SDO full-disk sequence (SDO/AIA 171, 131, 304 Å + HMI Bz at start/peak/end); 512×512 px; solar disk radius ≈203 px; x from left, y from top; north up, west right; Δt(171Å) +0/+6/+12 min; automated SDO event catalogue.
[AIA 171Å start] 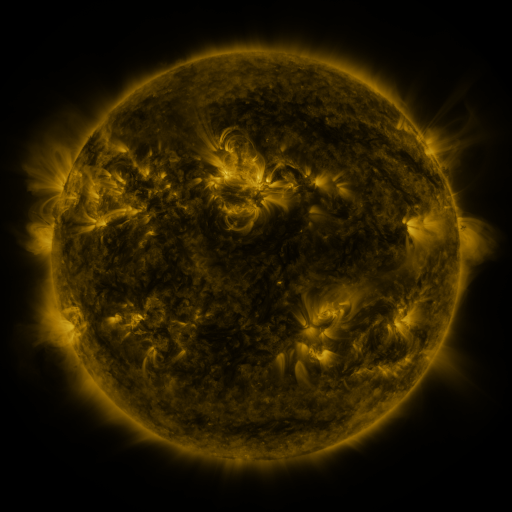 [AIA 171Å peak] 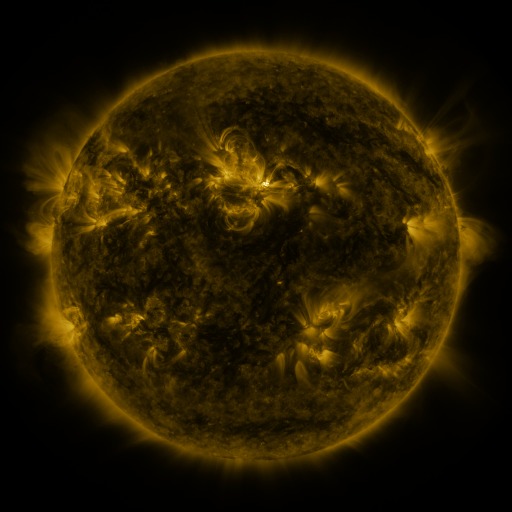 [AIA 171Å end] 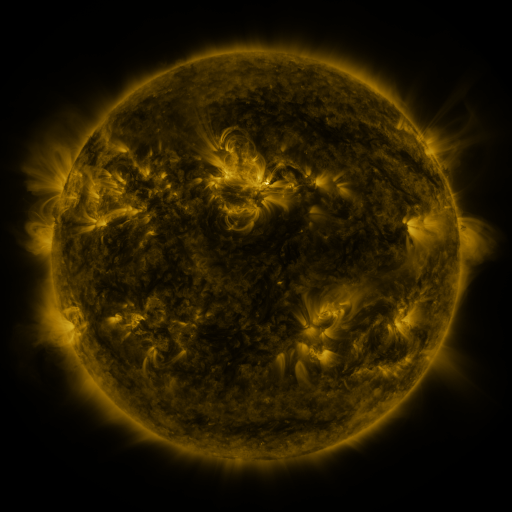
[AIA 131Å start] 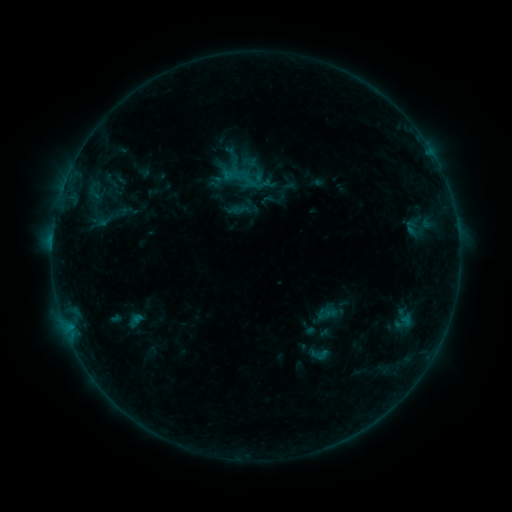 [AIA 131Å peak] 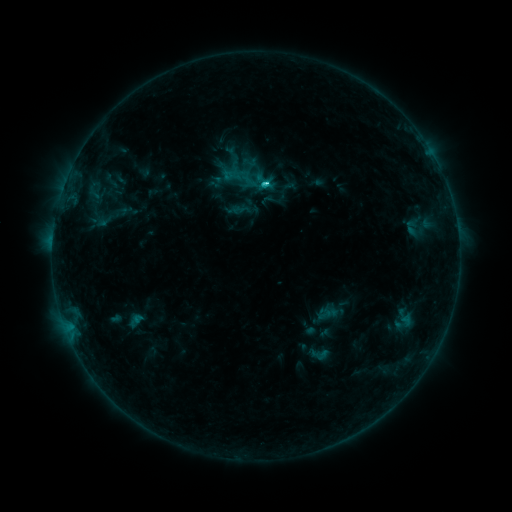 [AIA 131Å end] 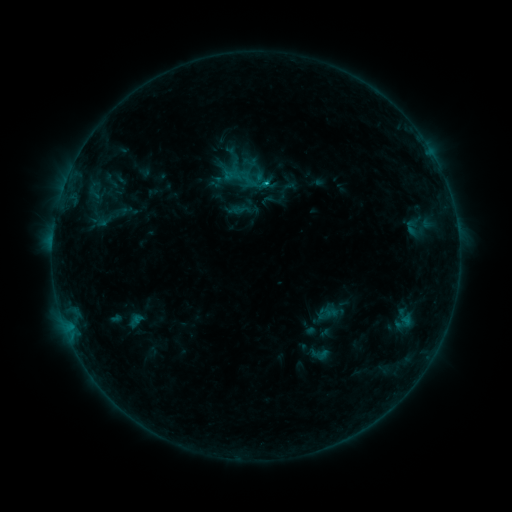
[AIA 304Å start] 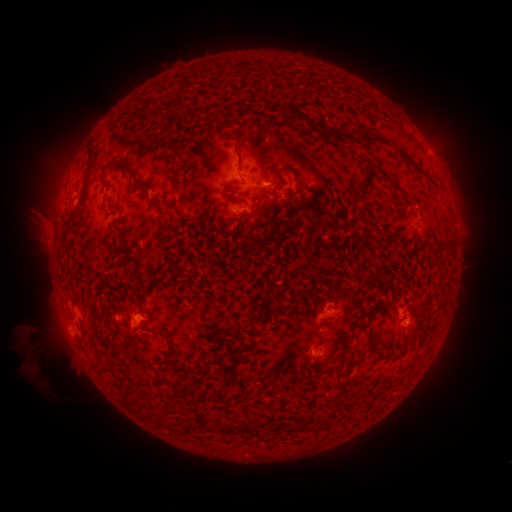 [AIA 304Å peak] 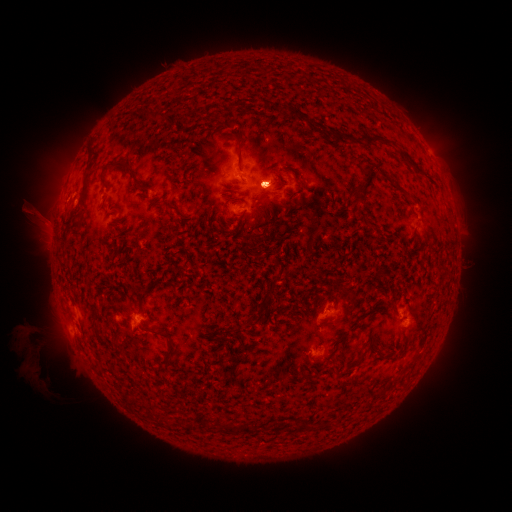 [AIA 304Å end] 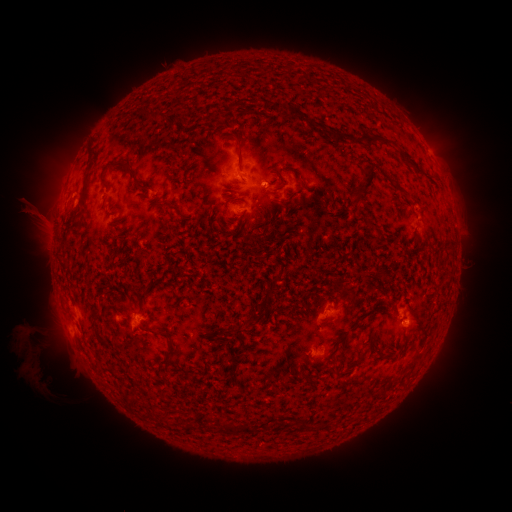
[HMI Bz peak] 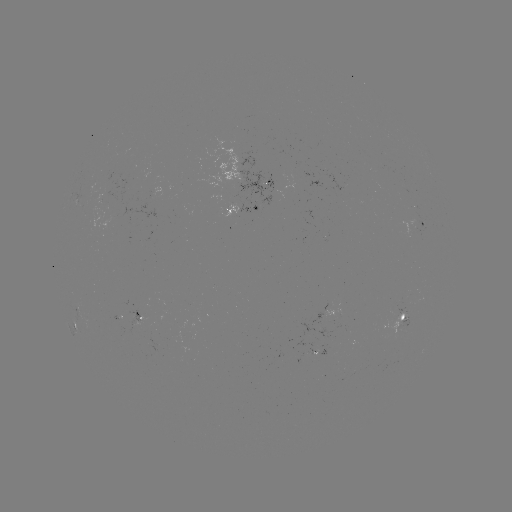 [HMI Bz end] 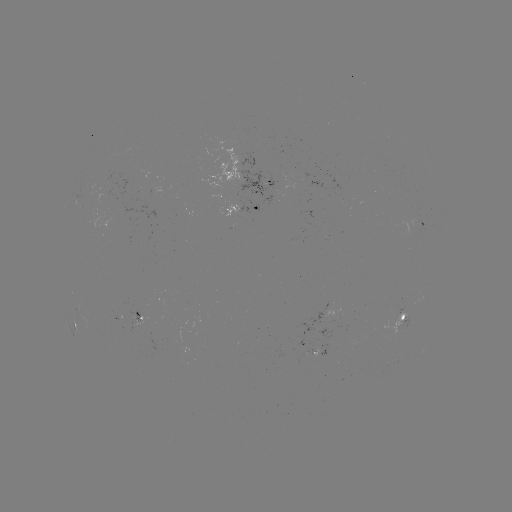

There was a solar eruption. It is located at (269, 176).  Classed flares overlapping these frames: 1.